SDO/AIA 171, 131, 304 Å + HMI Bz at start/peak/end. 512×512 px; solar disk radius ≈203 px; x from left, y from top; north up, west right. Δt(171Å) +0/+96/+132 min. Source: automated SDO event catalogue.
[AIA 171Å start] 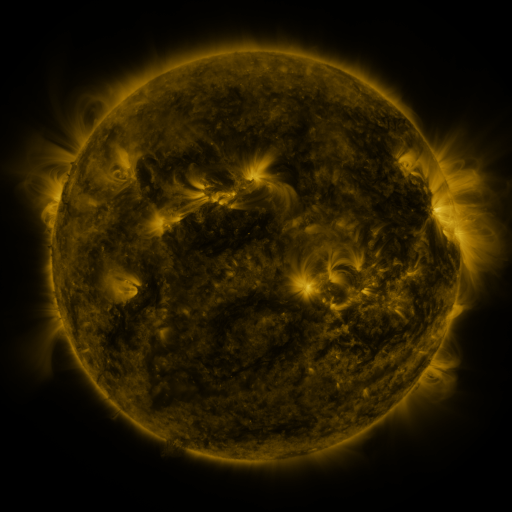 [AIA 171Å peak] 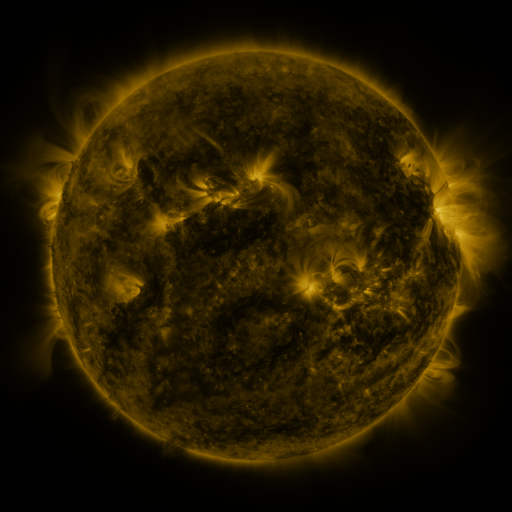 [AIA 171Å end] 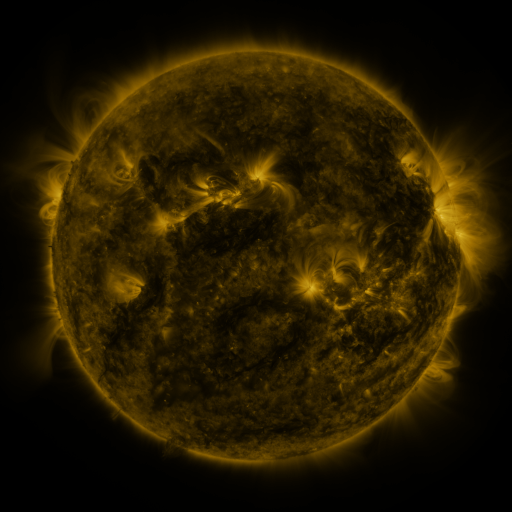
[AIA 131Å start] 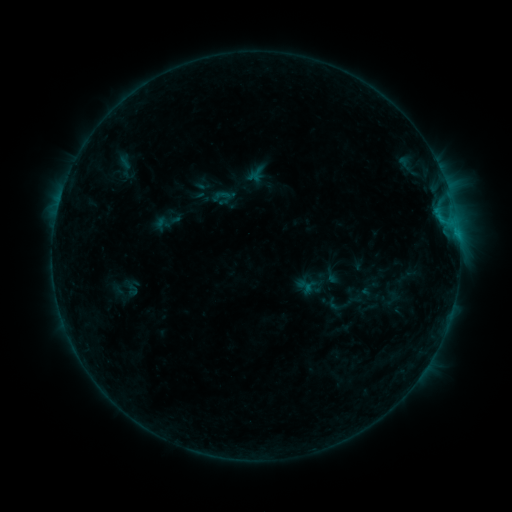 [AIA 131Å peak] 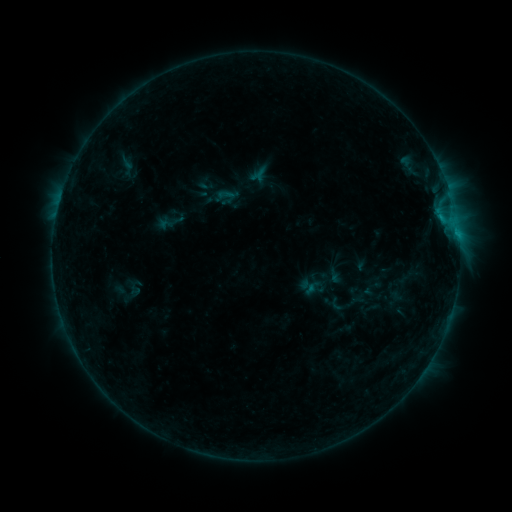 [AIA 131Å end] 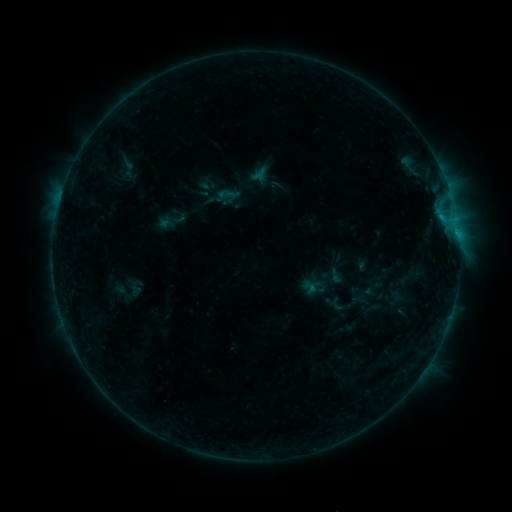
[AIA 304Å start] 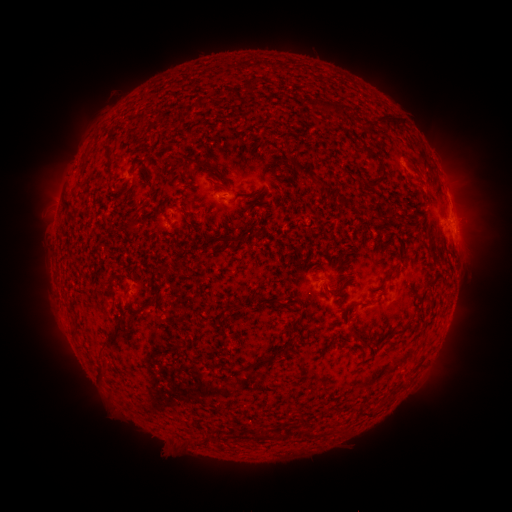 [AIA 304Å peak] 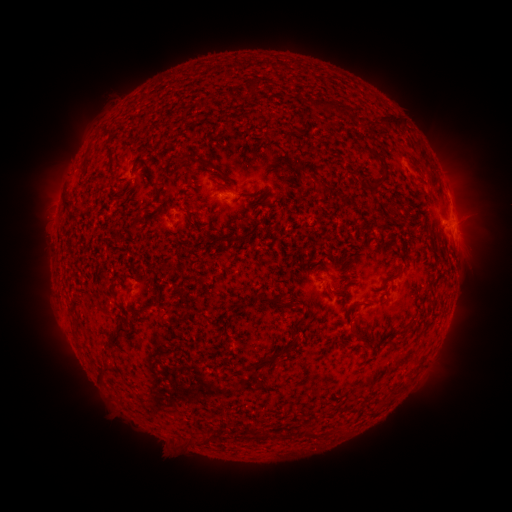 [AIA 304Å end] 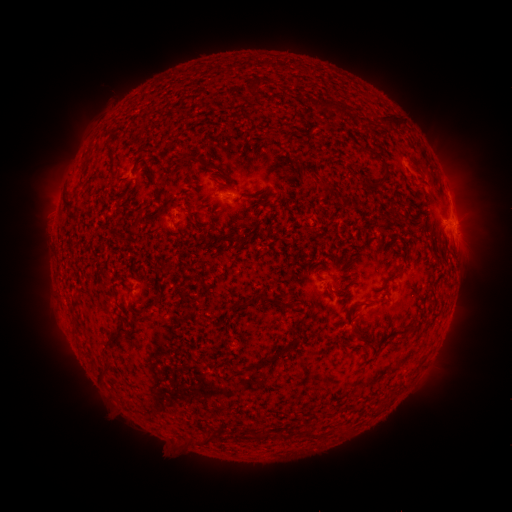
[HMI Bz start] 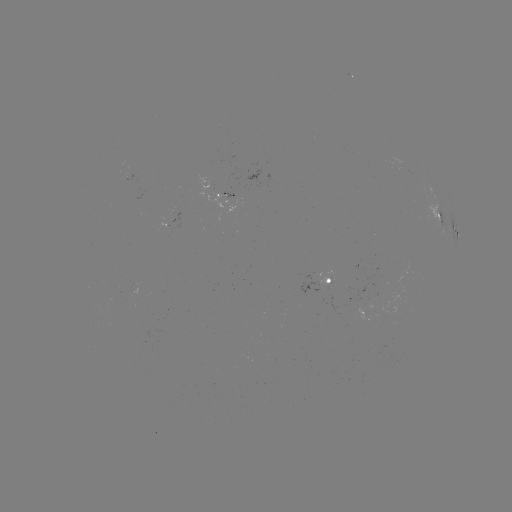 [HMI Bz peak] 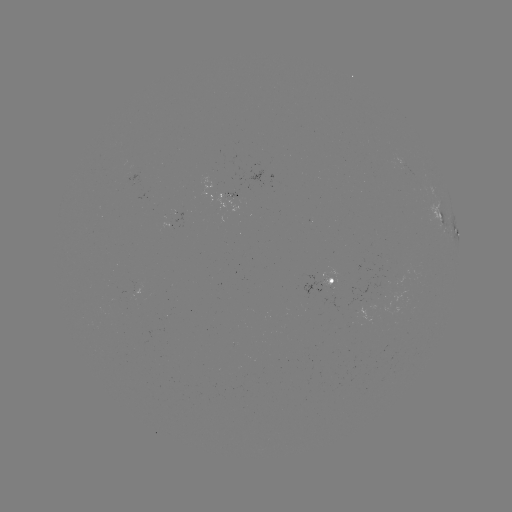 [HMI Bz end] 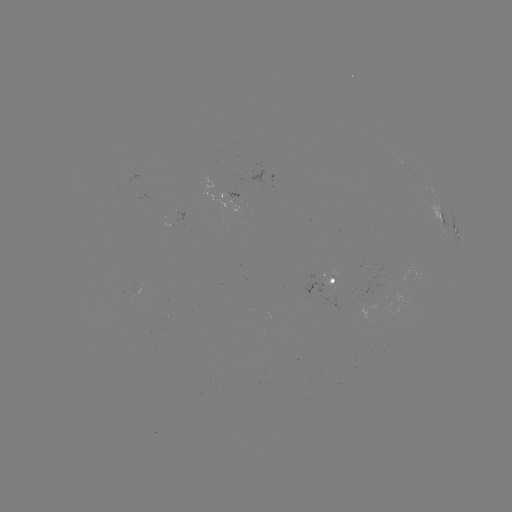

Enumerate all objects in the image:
emerging-flux region: (176, 216)
